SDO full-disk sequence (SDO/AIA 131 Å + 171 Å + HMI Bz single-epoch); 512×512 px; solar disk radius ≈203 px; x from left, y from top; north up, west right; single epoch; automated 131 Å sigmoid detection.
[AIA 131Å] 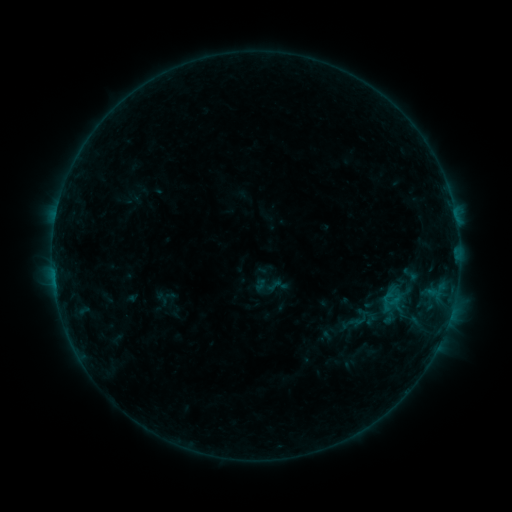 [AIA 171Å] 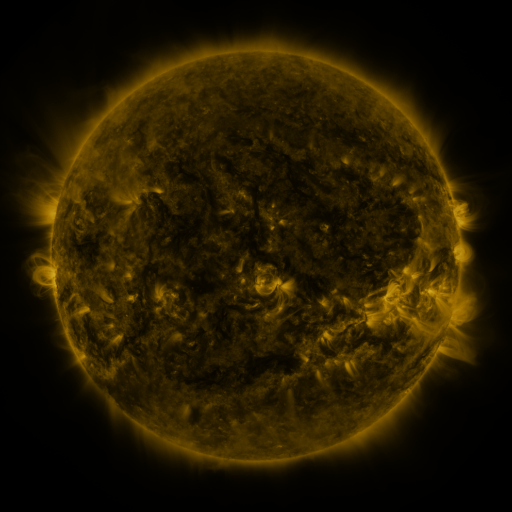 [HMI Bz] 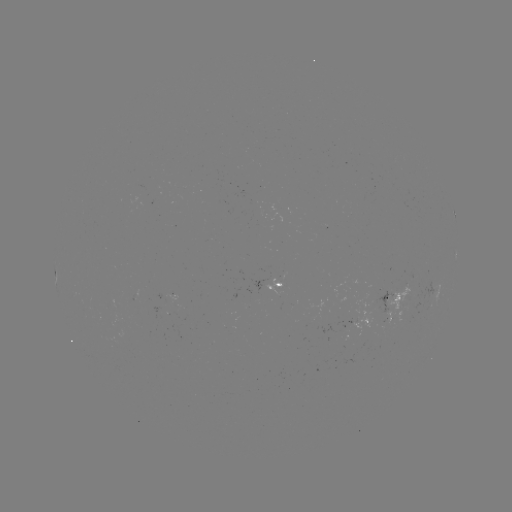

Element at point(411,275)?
sigmoid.